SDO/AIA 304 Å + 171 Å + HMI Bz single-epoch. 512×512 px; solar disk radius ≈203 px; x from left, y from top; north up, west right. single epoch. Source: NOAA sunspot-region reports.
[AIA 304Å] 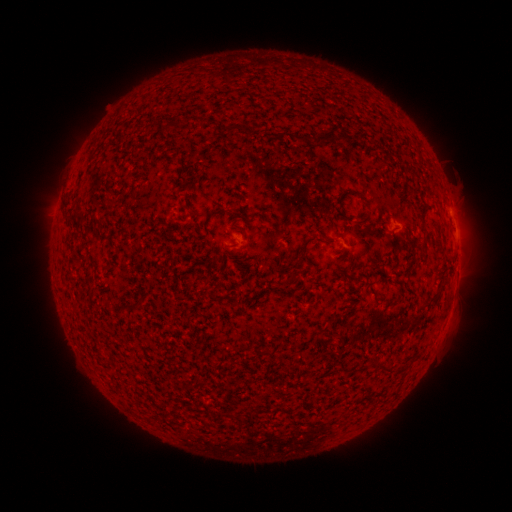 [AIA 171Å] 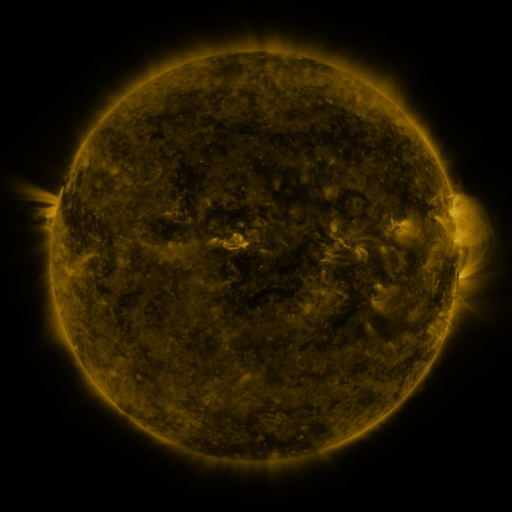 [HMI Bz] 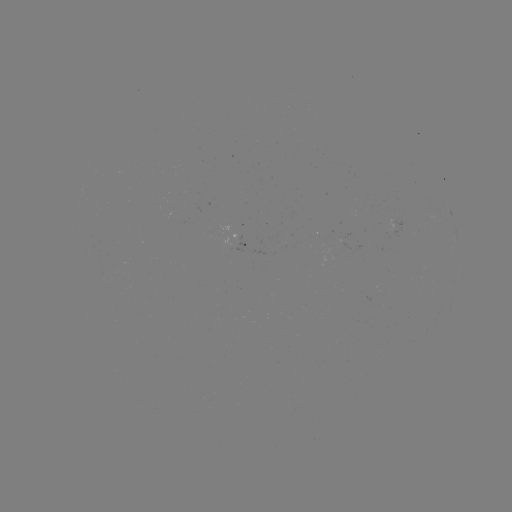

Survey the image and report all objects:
spotted active region: (245, 245)
spotted active region: (458, 277)
